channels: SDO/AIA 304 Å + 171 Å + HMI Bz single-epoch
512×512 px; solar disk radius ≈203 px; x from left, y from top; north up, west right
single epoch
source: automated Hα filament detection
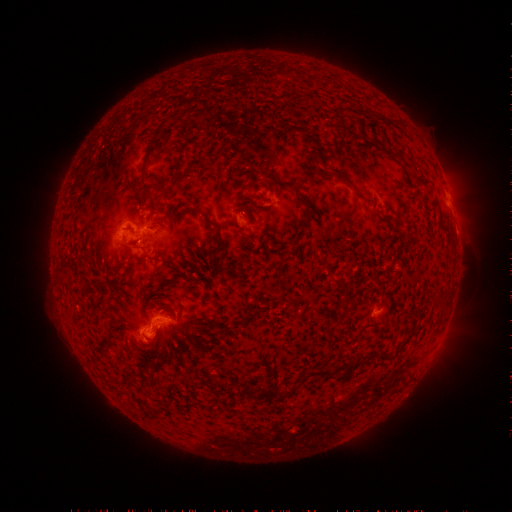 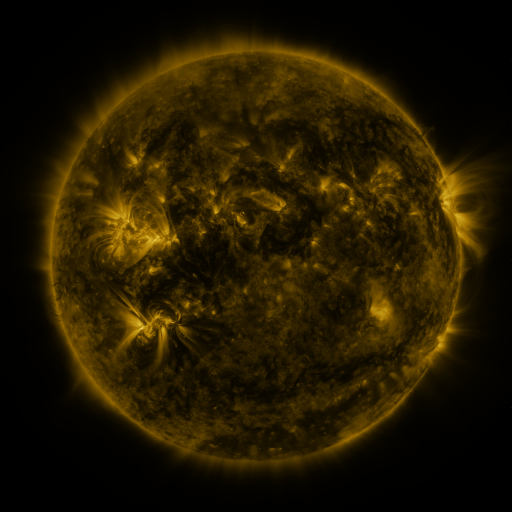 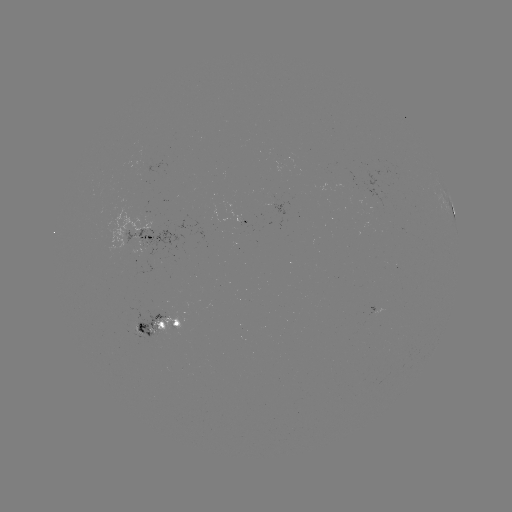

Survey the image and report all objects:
filament: [152, 116, 173, 137]
filament: [140, 142, 152, 175]
filament: [358, 192, 369, 199]
filament: [301, 199, 311, 223]
filament: [183, 204, 204, 214]
filament: [201, 215, 223, 247]
filament: [147, 225, 157, 230]
filament: [123, 240, 134, 250]
filament: [211, 254, 221, 265]
filament: [57, 265, 69, 274]
filament: [135, 320, 143, 332]
filament: [396, 338, 410, 354]
filament: [304, 366, 346, 377]
